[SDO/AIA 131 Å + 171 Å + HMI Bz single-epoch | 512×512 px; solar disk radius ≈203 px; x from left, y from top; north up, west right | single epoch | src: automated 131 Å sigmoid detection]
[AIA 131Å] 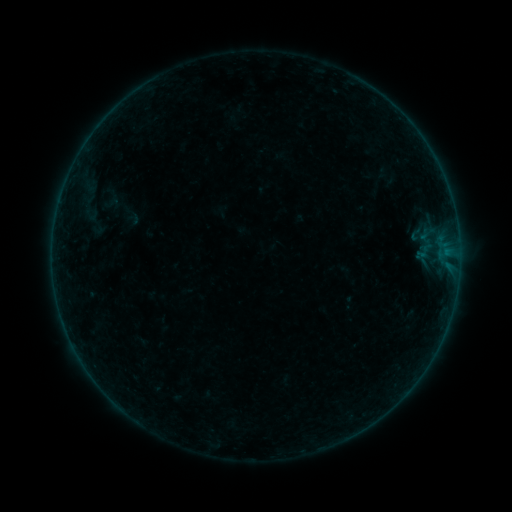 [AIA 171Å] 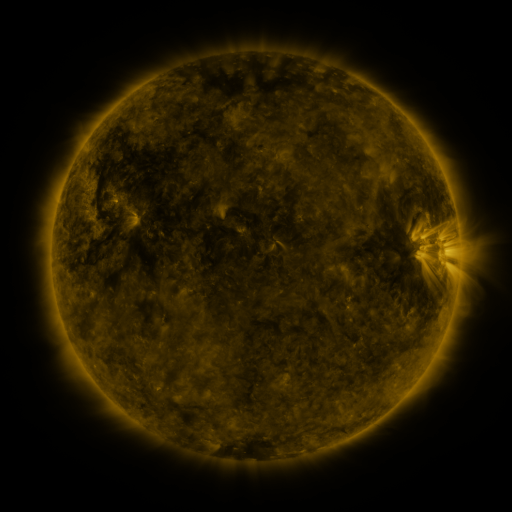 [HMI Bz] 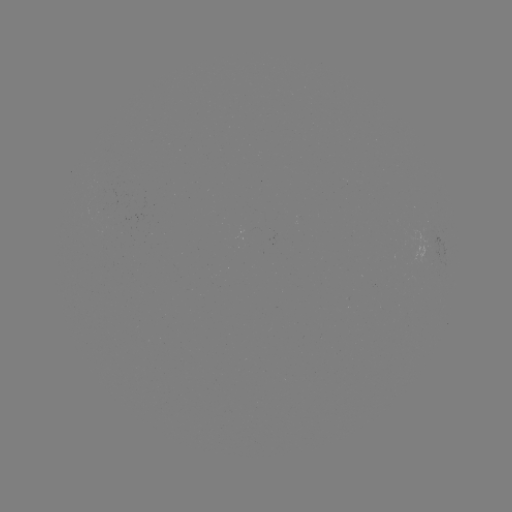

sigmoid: <bbox>405, 224, 427, 243</bbox>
